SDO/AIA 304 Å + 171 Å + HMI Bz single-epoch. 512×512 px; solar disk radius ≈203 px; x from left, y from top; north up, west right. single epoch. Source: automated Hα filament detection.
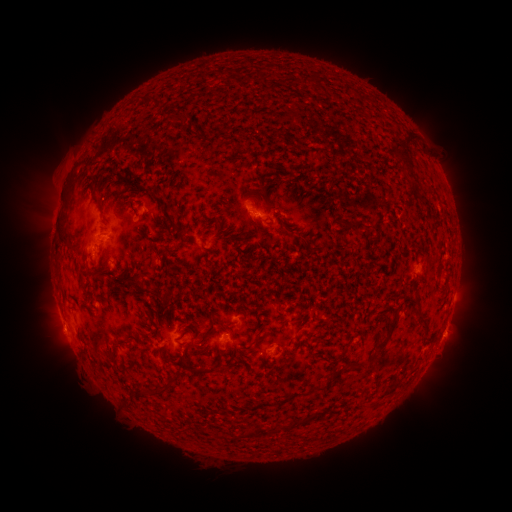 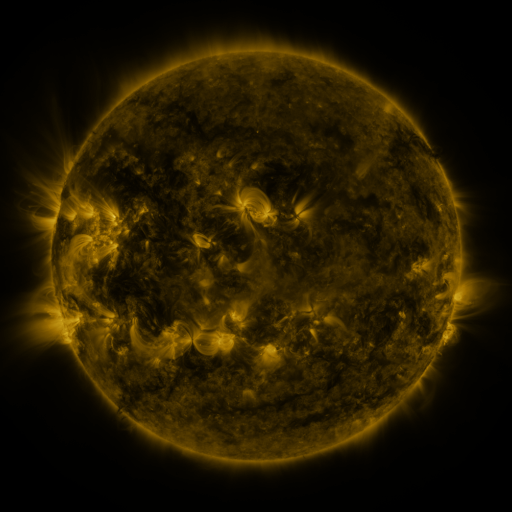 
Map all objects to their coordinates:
filament: (406, 133, 415, 146)
filament: (394, 148, 412, 171)
filament: (162, 209, 176, 226)
filament: (346, 219, 360, 229)
filament: (58, 225, 70, 243)
filament: (413, 306, 424, 320)
filament: (374, 313, 398, 353)
filament: (421, 324, 429, 337)
filament: (293, 326, 302, 339)
filament: (329, 369, 339, 377)
filament: (147, 386, 166, 395)
filament: (290, 419, 302, 427)
